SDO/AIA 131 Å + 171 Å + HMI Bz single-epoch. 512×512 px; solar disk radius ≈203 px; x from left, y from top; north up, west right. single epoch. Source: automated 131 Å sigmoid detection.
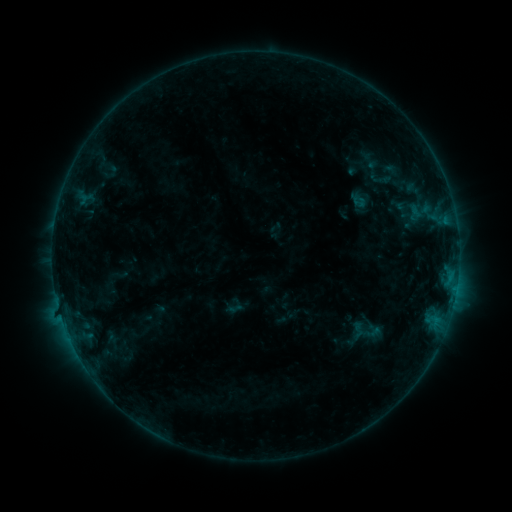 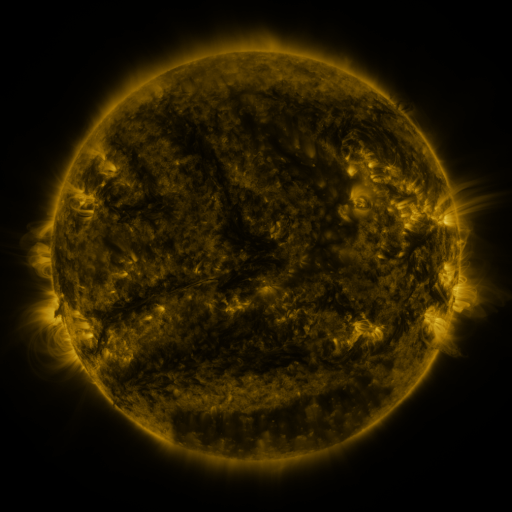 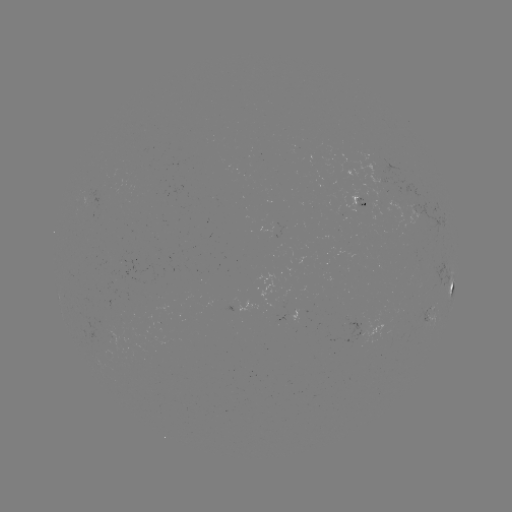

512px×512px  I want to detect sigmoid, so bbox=[363, 164, 397, 192].